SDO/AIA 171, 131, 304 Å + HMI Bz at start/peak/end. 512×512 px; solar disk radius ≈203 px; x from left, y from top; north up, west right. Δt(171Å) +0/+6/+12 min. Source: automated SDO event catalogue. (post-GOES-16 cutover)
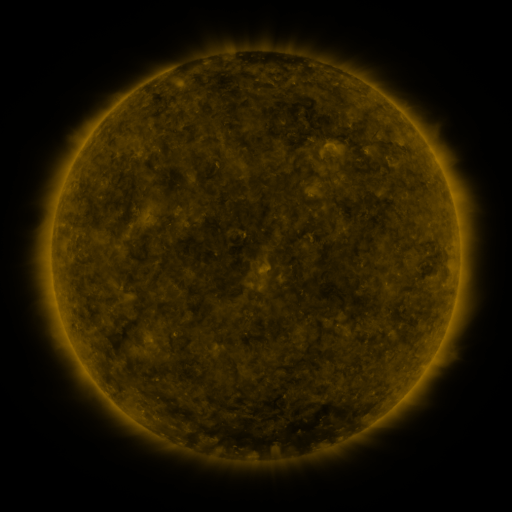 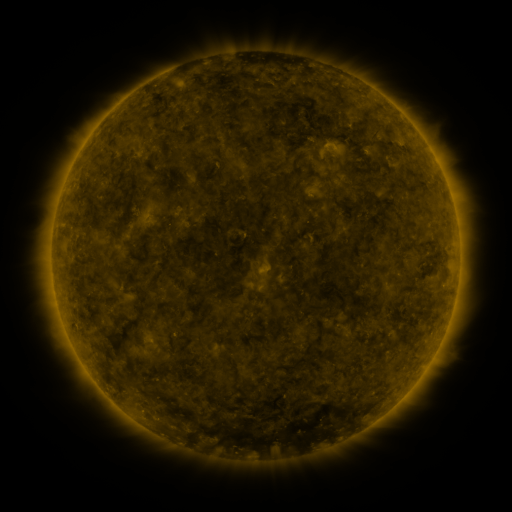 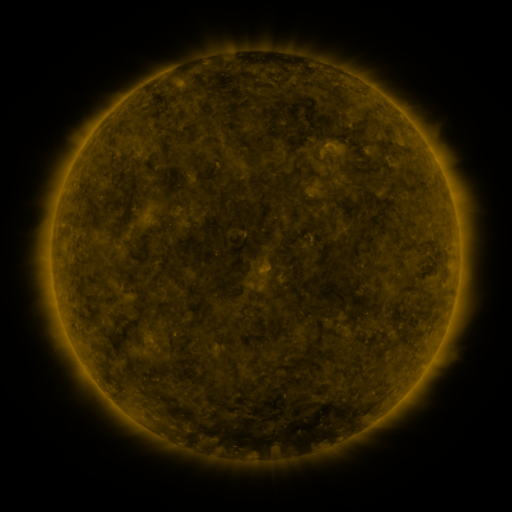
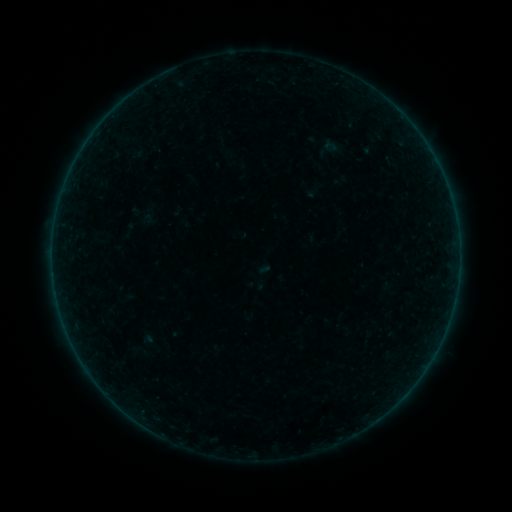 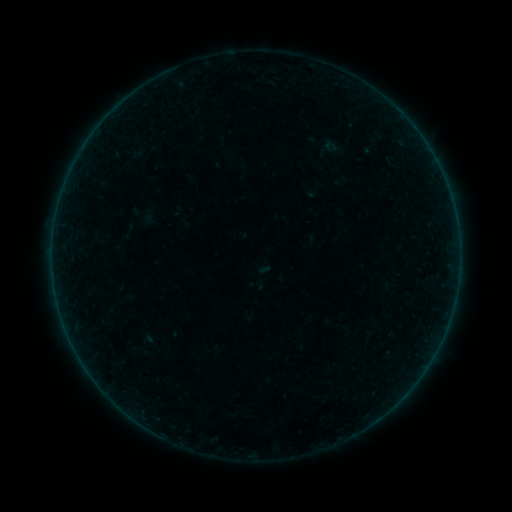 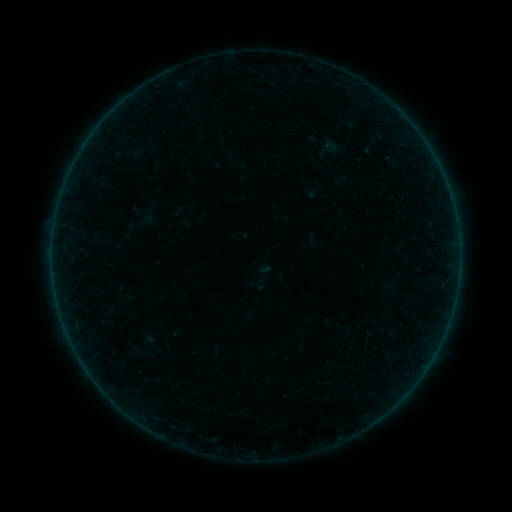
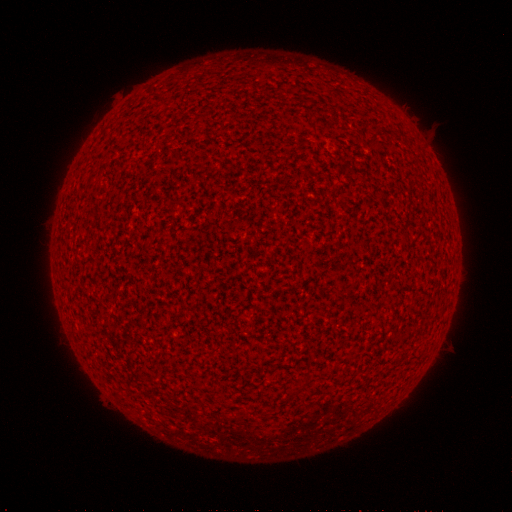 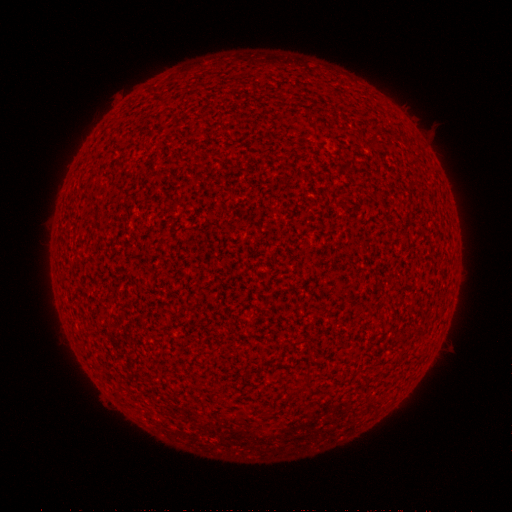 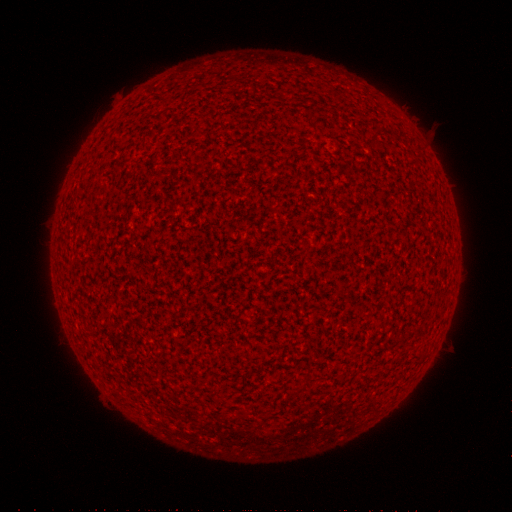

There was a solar flare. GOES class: A2.6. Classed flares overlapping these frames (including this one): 2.